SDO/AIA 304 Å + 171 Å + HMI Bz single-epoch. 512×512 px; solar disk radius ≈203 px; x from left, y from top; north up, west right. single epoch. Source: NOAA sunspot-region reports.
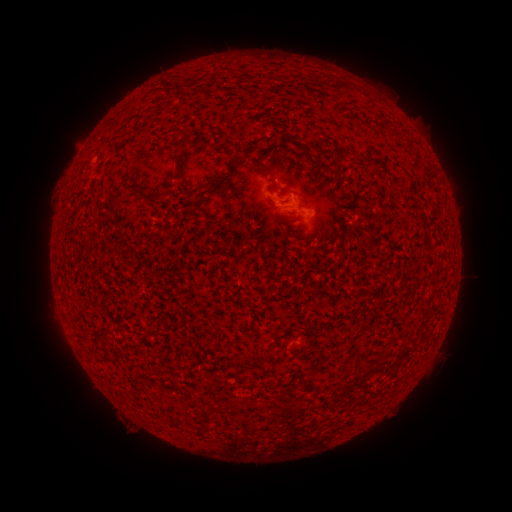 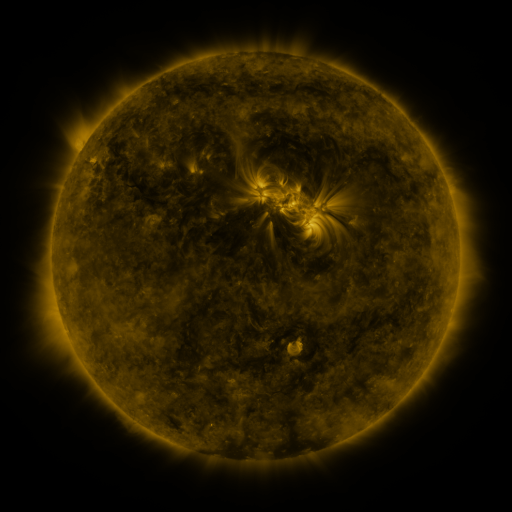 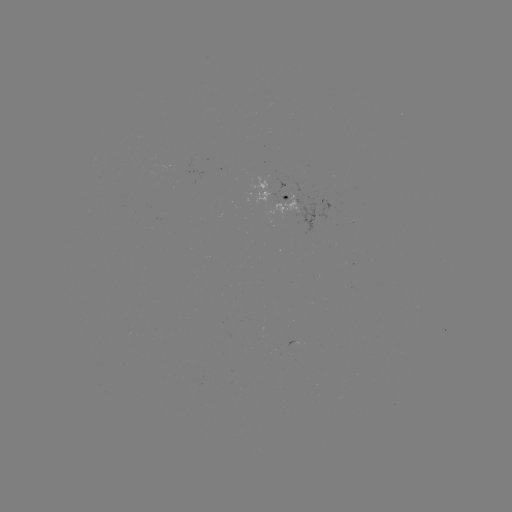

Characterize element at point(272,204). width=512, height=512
spotted active region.